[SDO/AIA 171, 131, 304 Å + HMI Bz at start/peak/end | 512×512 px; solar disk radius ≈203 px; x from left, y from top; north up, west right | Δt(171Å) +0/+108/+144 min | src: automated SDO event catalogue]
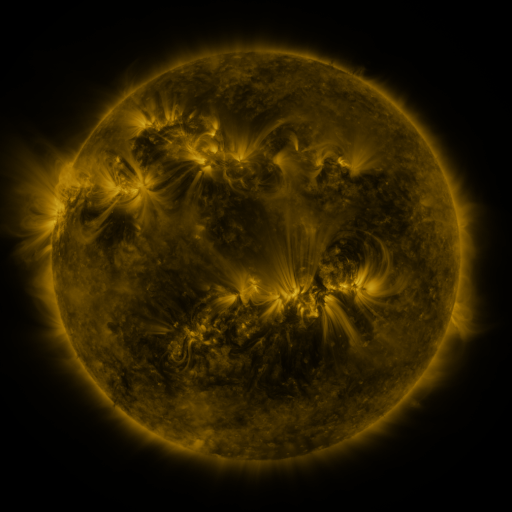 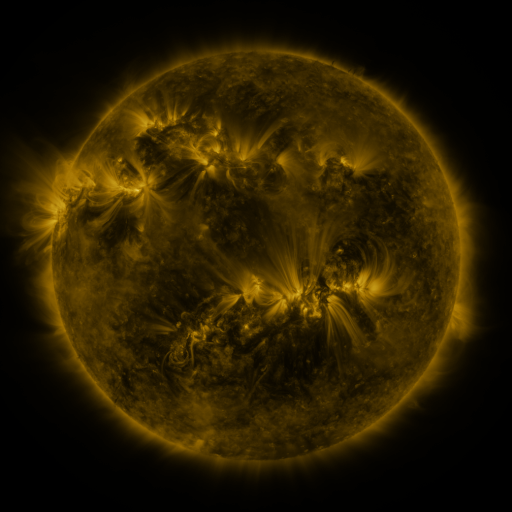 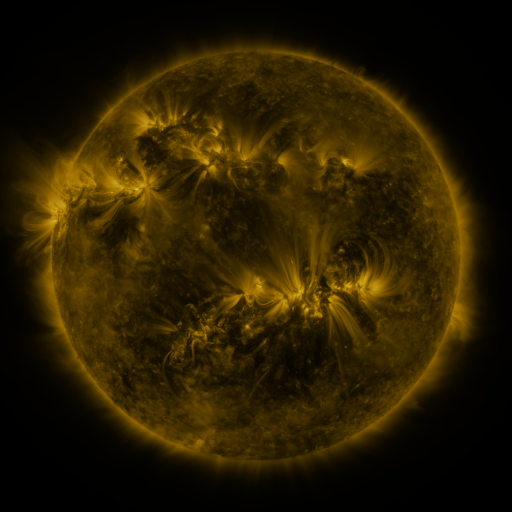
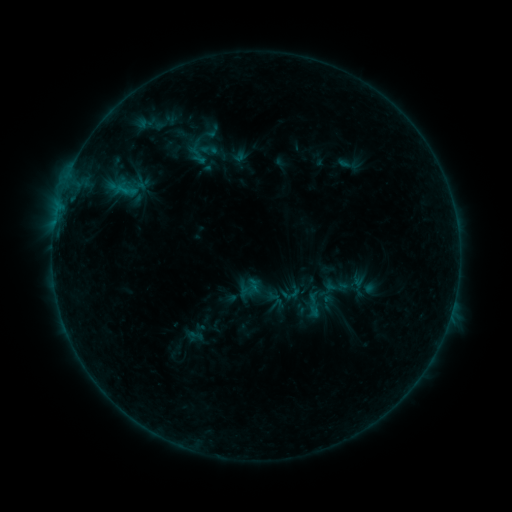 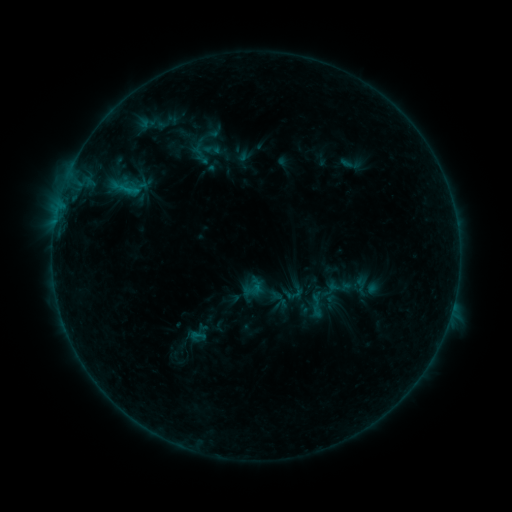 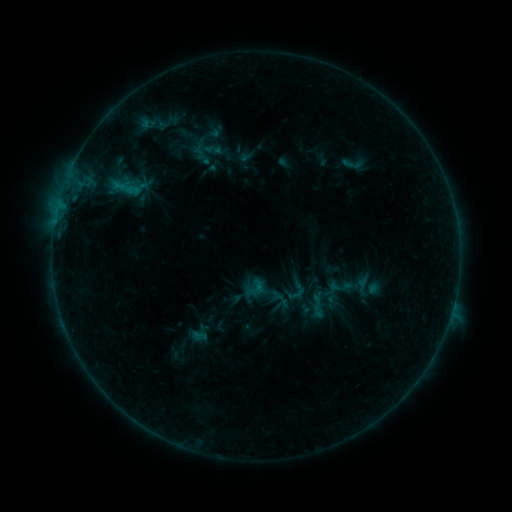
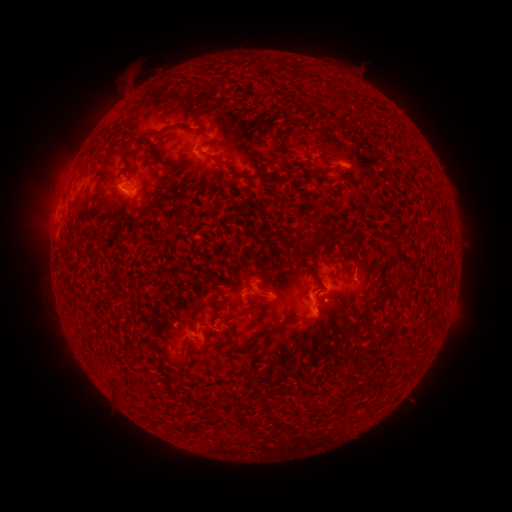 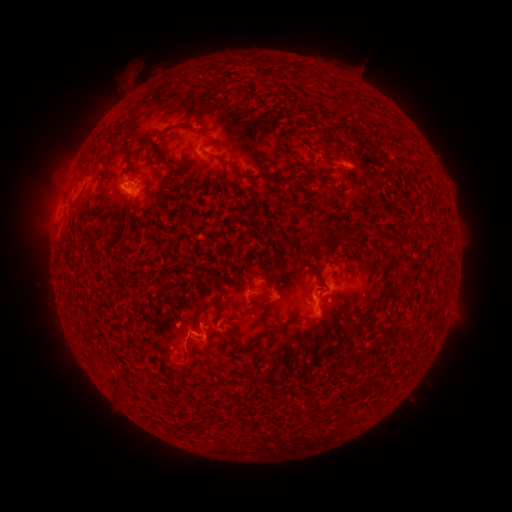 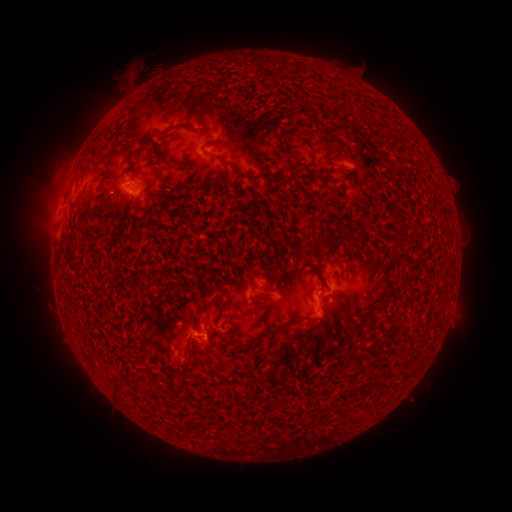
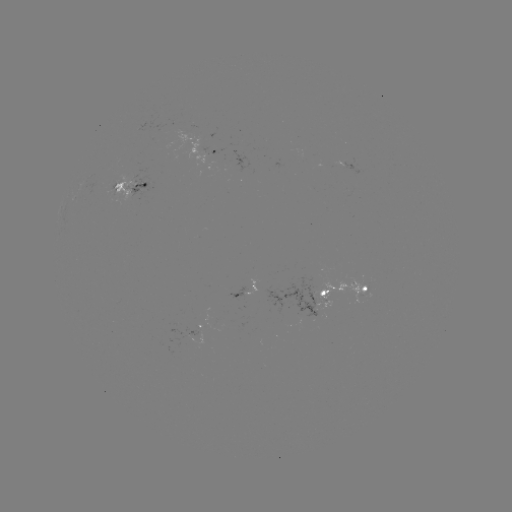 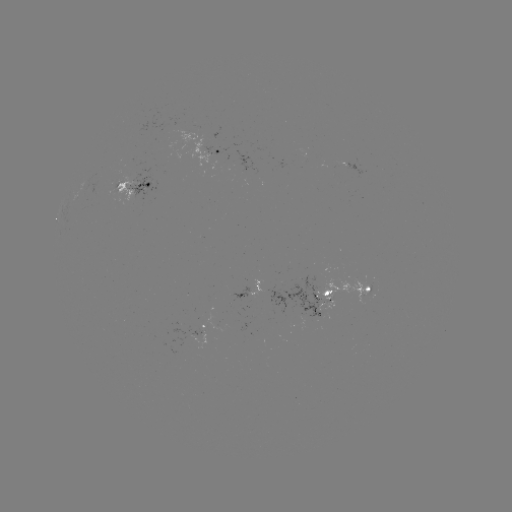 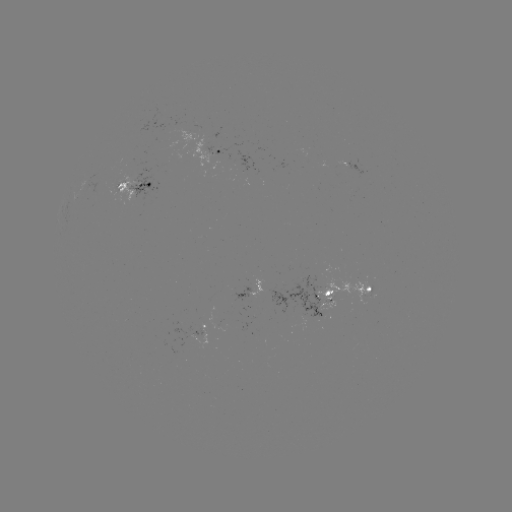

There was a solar emerging-flux region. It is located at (310, 302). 